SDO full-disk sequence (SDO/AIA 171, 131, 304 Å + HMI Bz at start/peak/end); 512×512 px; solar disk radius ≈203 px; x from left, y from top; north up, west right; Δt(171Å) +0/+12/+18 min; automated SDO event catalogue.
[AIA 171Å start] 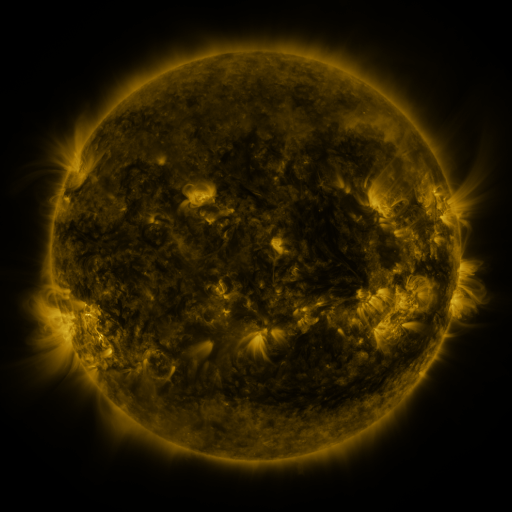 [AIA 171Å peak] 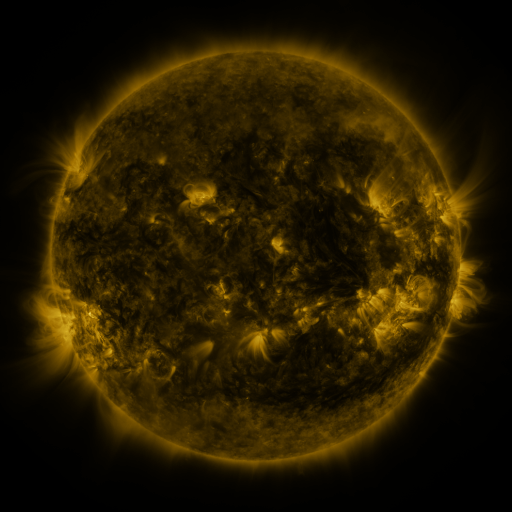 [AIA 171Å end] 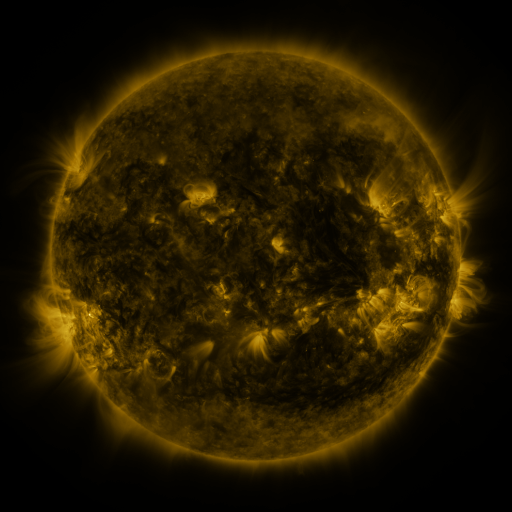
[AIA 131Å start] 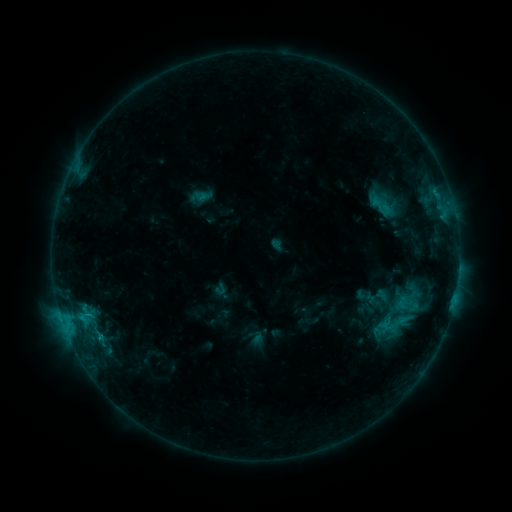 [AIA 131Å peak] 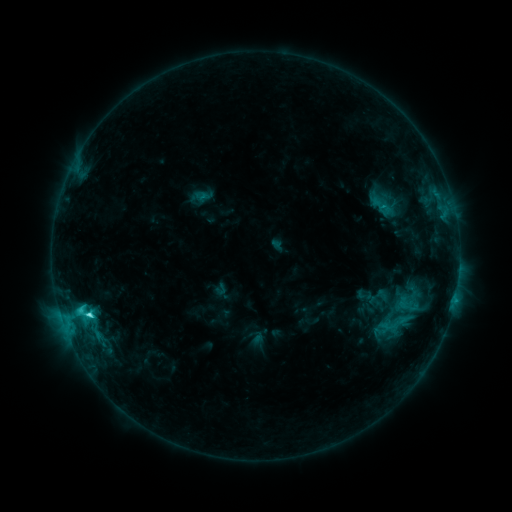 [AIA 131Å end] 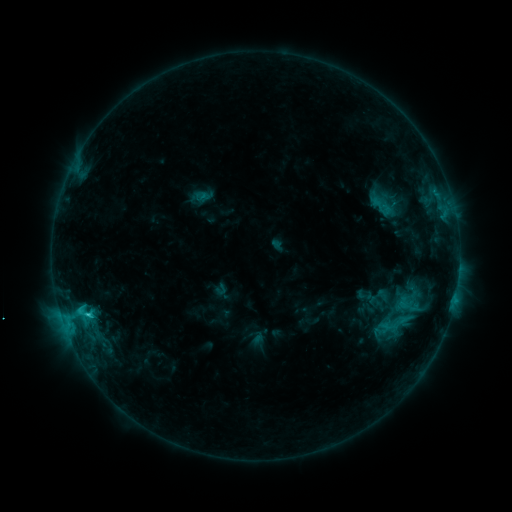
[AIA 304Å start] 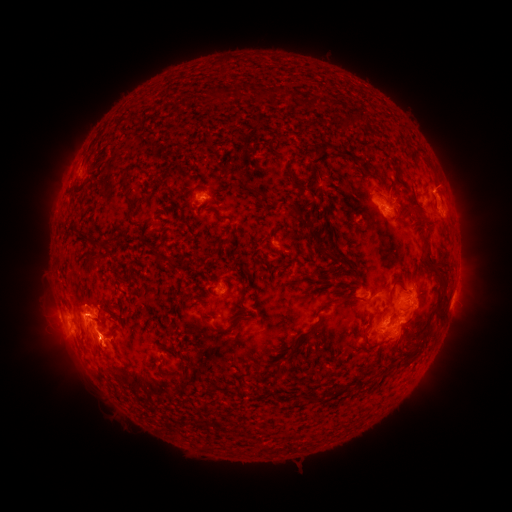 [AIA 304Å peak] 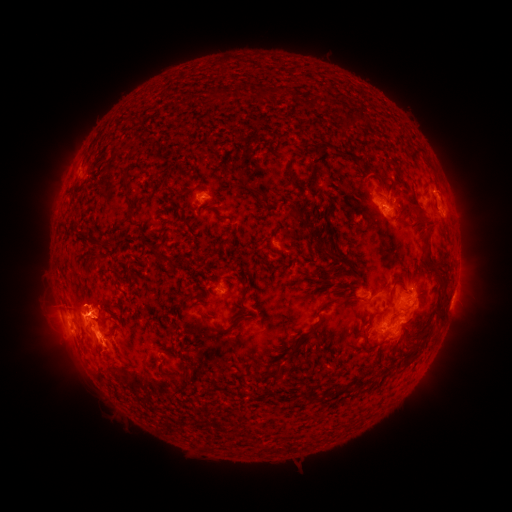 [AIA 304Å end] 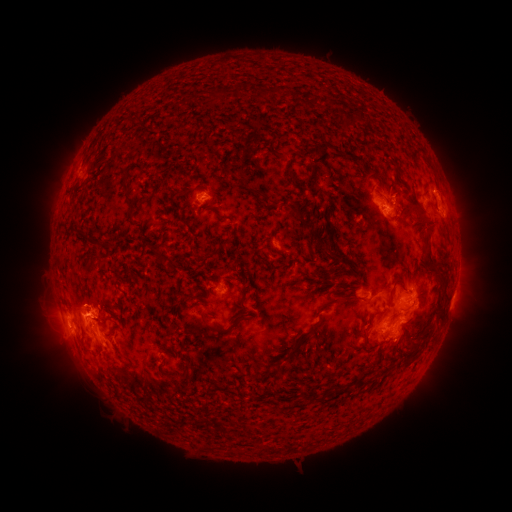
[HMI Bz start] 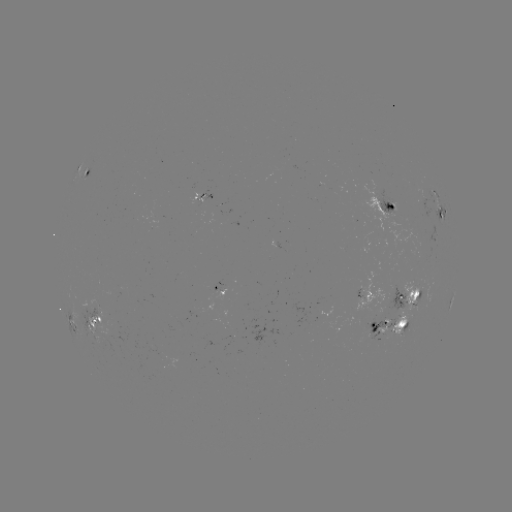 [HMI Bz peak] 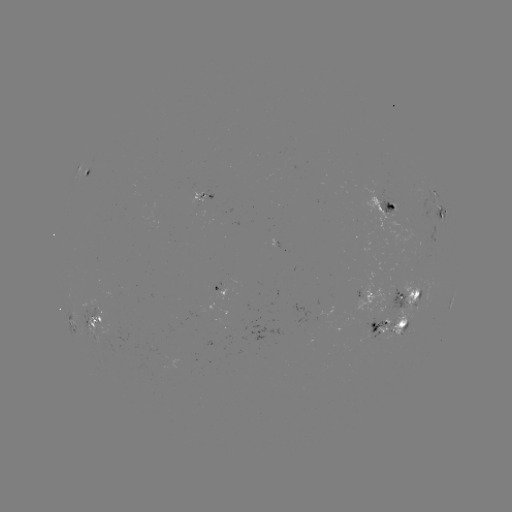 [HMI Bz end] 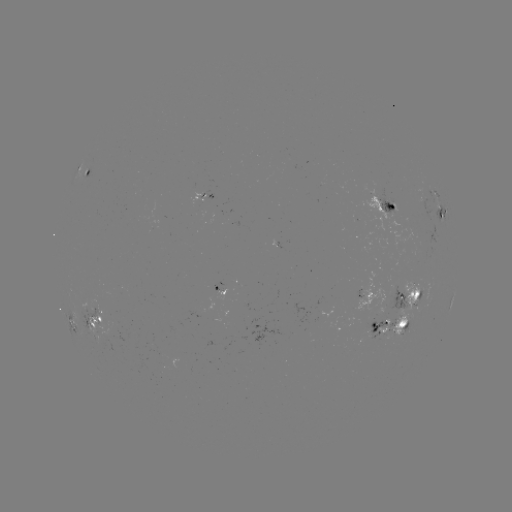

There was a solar flare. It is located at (89, 313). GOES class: C4.4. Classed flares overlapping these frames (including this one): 1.